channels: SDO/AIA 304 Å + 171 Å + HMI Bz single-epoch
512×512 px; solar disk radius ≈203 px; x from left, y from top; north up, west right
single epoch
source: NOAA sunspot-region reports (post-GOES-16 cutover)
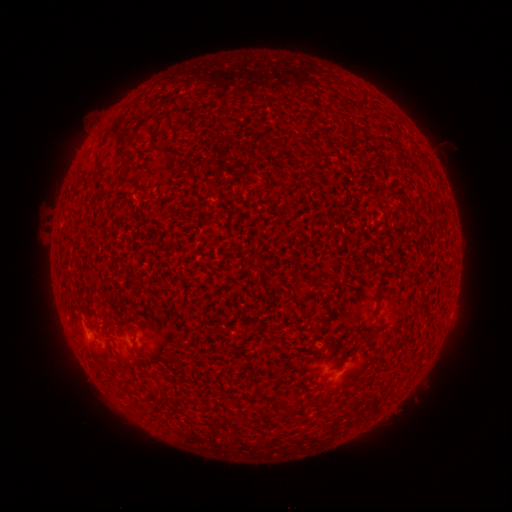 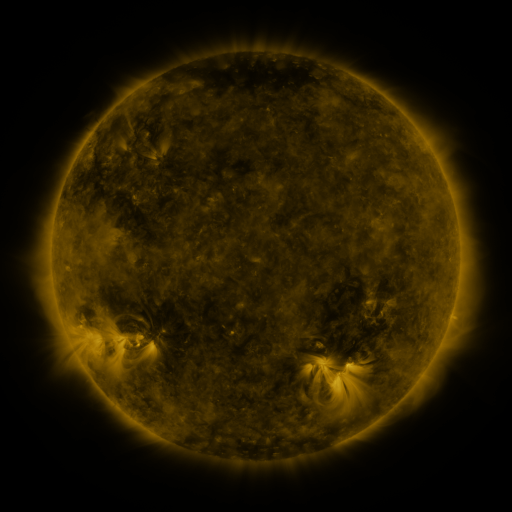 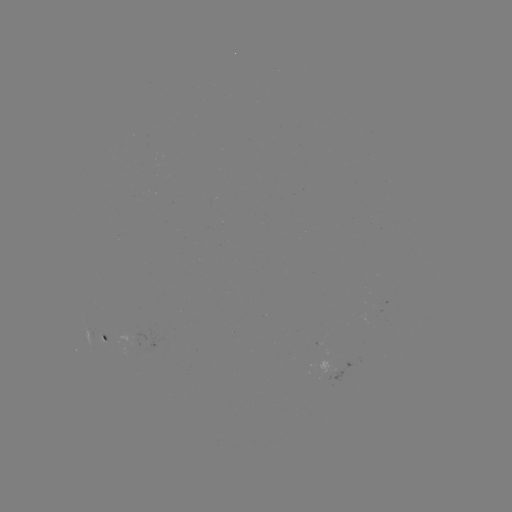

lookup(spotted active region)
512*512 (106, 340)